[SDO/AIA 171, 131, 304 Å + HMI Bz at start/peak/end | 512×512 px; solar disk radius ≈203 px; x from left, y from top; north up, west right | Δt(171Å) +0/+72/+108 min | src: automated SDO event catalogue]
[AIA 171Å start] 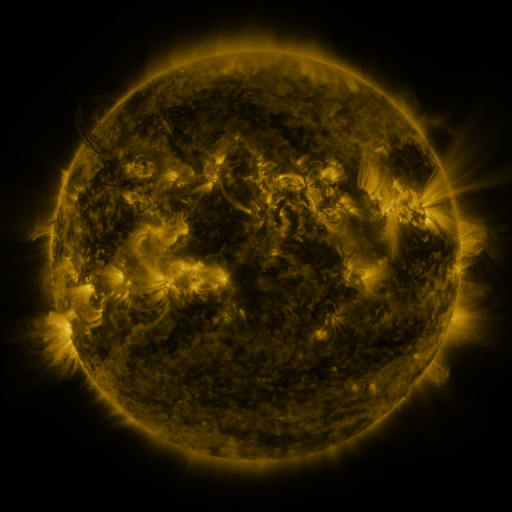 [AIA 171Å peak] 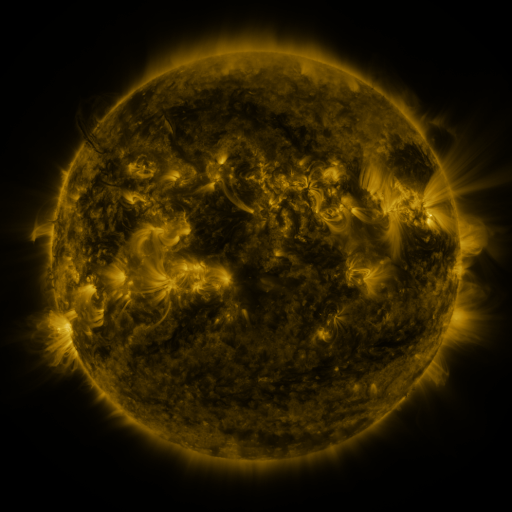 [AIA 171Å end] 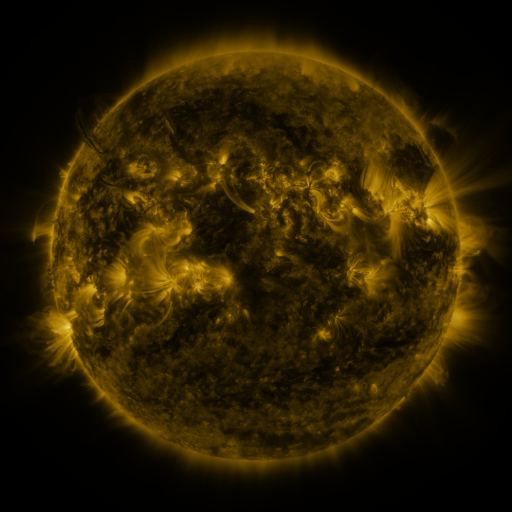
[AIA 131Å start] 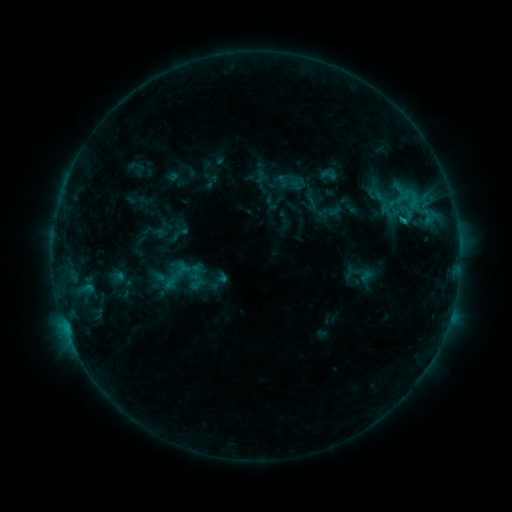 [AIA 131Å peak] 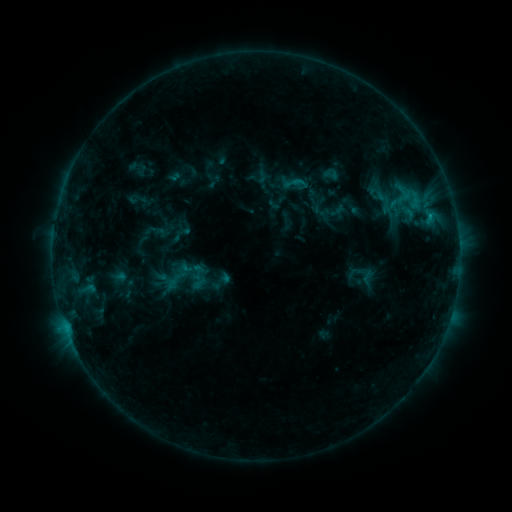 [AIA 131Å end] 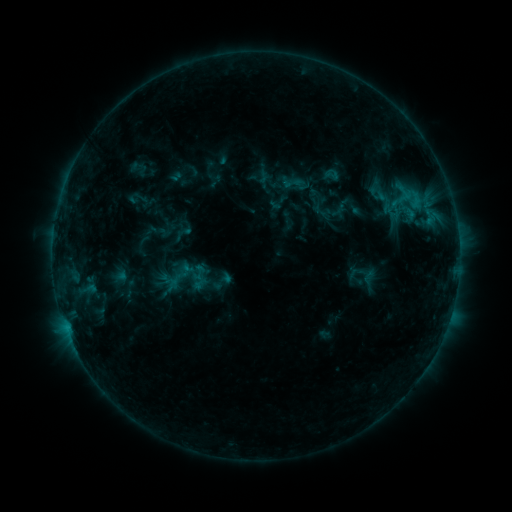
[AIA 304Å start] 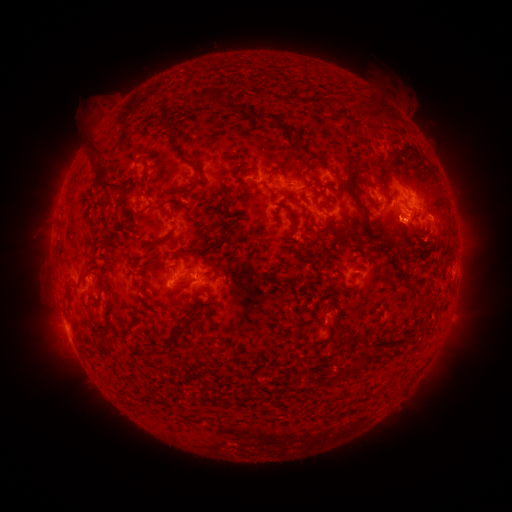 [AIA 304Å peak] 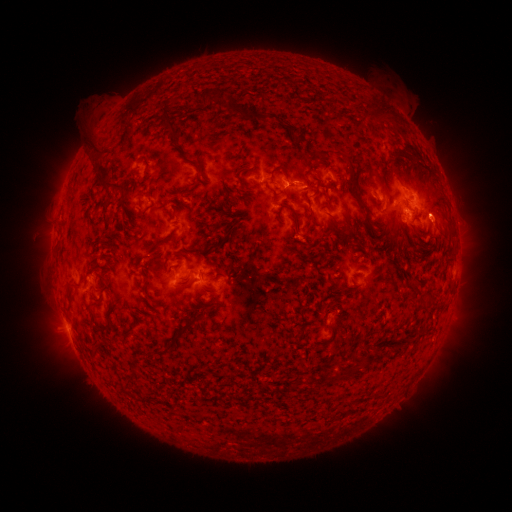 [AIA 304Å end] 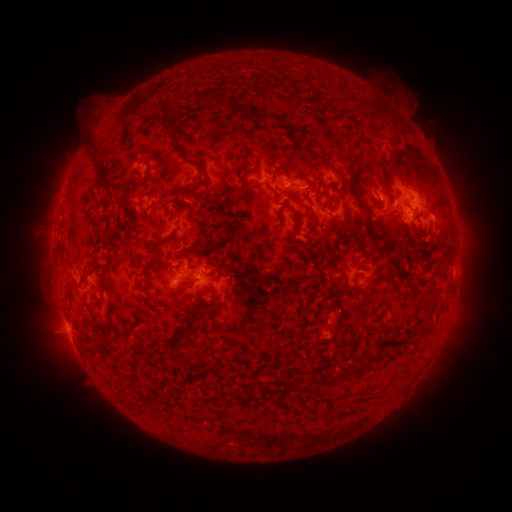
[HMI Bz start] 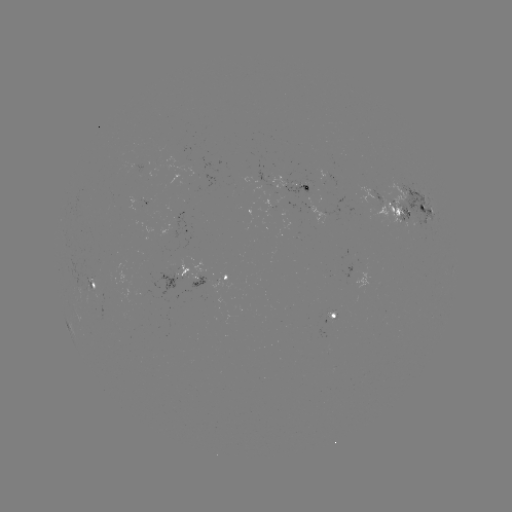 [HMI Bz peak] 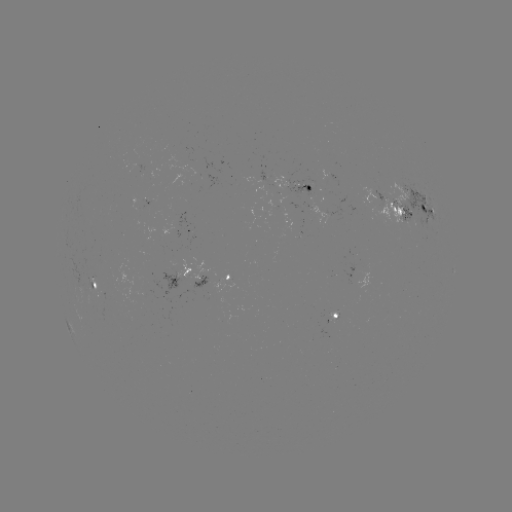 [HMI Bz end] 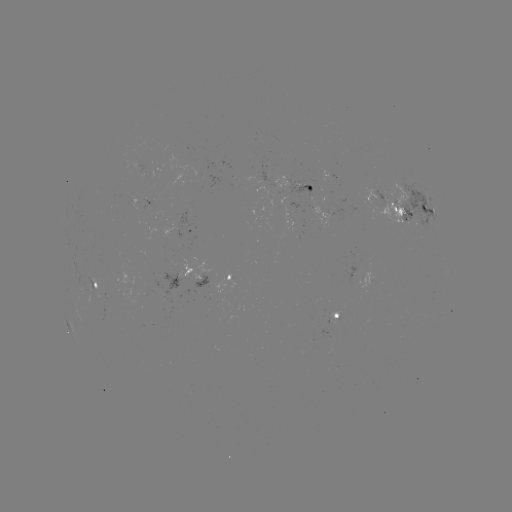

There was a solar emerging-flux region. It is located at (115, 287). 